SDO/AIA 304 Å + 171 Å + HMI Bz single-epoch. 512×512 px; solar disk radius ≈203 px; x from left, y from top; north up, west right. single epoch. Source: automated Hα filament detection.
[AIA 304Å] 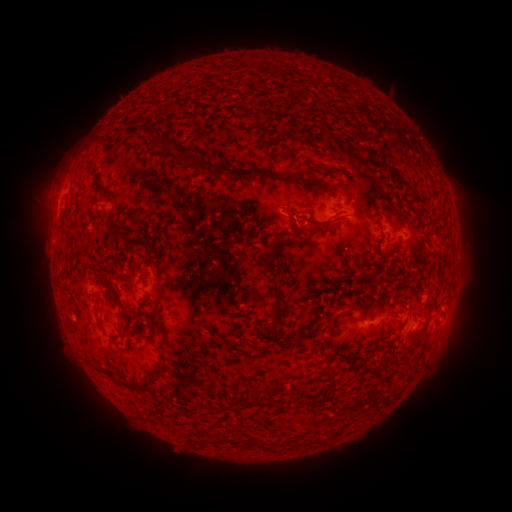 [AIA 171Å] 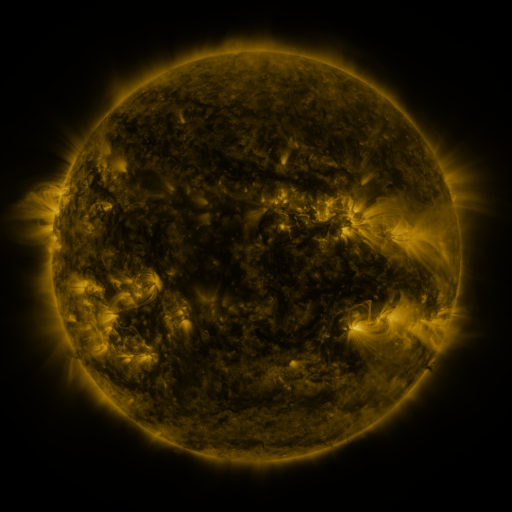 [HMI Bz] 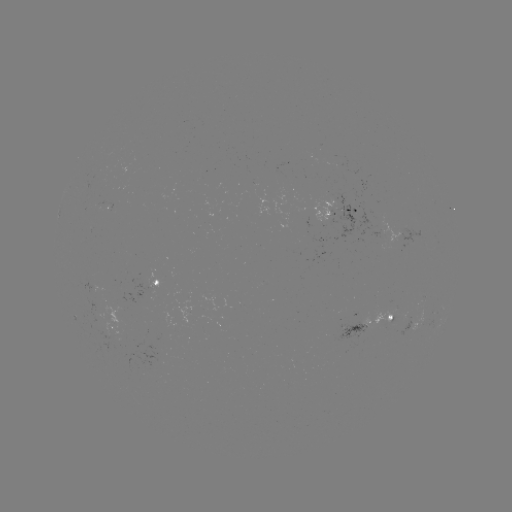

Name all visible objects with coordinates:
filament: <bbox>283, 81, 292, 92</bbox>
filament: <bbox>152, 133, 165, 148</bbox>
filament: <bbox>167, 143, 191, 159</bbox>
filament: <bbox>390, 145, 405, 156</bbox>
filament: <bbox>284, 150, 293, 161</bbox>
filament: <bbox>183, 154, 222, 178</bbox>
filament: <bbox>407, 158, 421, 168</bbox>
filament: <bbox>309, 164, 330, 172</bbox>
filament: <bbox>384, 164, 409, 186</bbox>
filament: <bbox>228, 166, 269, 183</bbox>
filament: <bbox>87, 168, 110, 200</bbox>
filament: <bbox>284, 176, 302, 185</bbox>
filament: <bbox>110, 222, 123, 245</bbox>
filament: <bbox>293, 222, 306, 233</bbox>
filament: <bbox>423, 222, 431, 236</bbox>
filament: <bbox>264, 237, 303, 256</bbox>
filament: <bbox>360, 237, 370, 245</bbox>
filament: <bbox>125, 240, 149, 253</bbox>
filament: <bbox>355, 275, 371, 282</bbox>
filament: <bbox>337, 286, 347, 297</bbox>
filament: <bbox>383, 288, 398, 307</bbox>
filament: <bbox>347, 301, 364, 311</bbox>
filament: <bbox>263, 302, 287, 338</bbox>
filament: <bbox>421, 315, 437, 335</bbox>
filament: <bbox>366, 320, 386, 355</bbox>
filament: <bbox>301, 324, 316, 334</bbox>
filament: <bbox>322, 325, 334, 346</bbox>
filament: <bbox>280, 331, 301, 344</bbox>
filament: <bbox>160, 338, 168, 358</bbox>
filament: <bbox>327, 350, 334, 361</bbox>
filament: <bbox>347, 354, 355, 362</bbox>
filament: <bbox>93, 366, 114, 380</bbox>
filament: <bbox>136, 368, 166, 395</bbox>
filament: <bbox>251, 397, 261, 407</bbox>
filament: <bbox>267, 397, 289, 410</bbox>
filament: <bbox>298, 435, 318, 446</bbox>
filament: <bbox>248, 438, 275, 452</bbox>
